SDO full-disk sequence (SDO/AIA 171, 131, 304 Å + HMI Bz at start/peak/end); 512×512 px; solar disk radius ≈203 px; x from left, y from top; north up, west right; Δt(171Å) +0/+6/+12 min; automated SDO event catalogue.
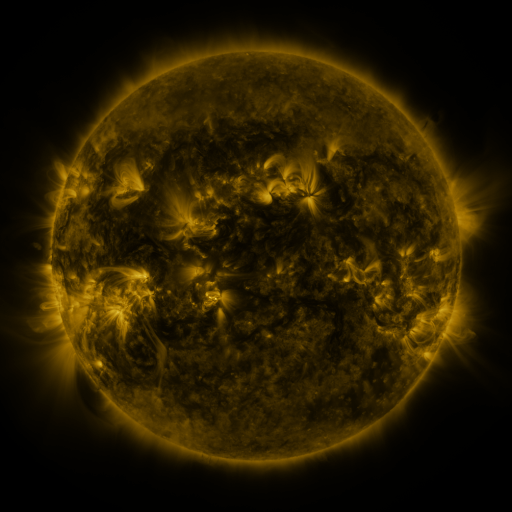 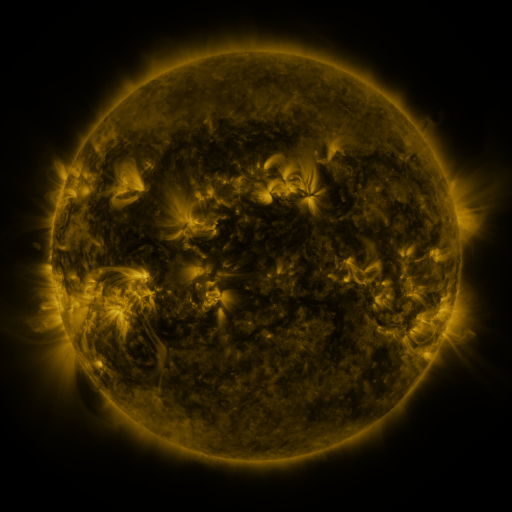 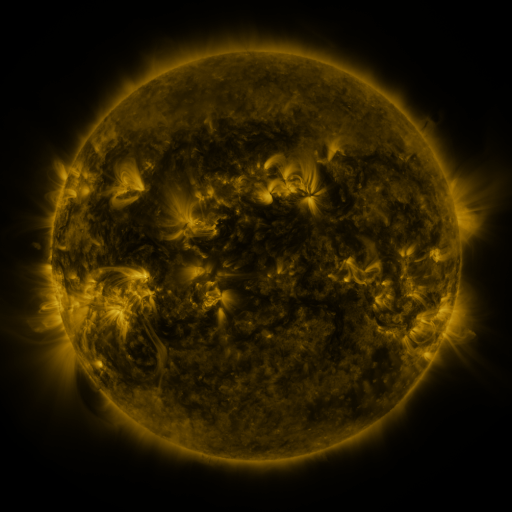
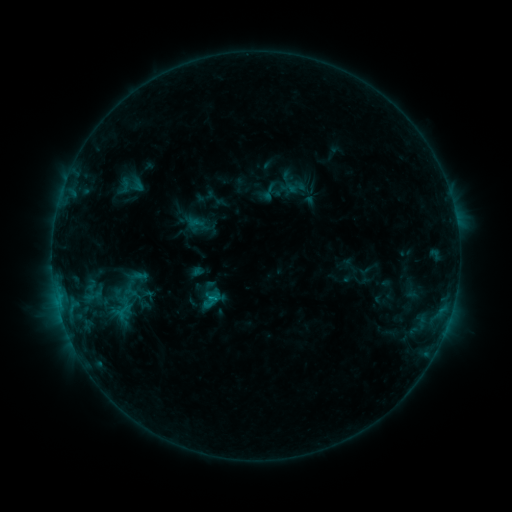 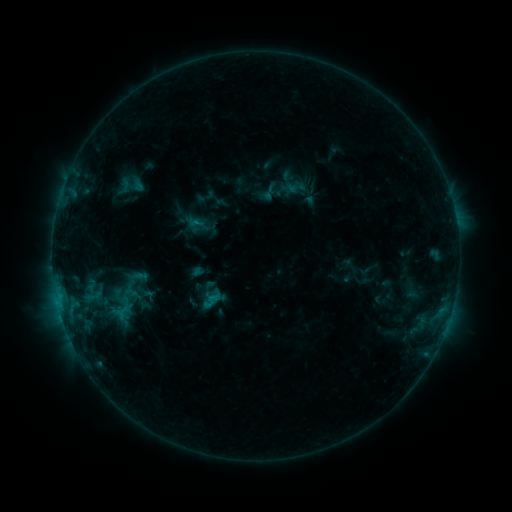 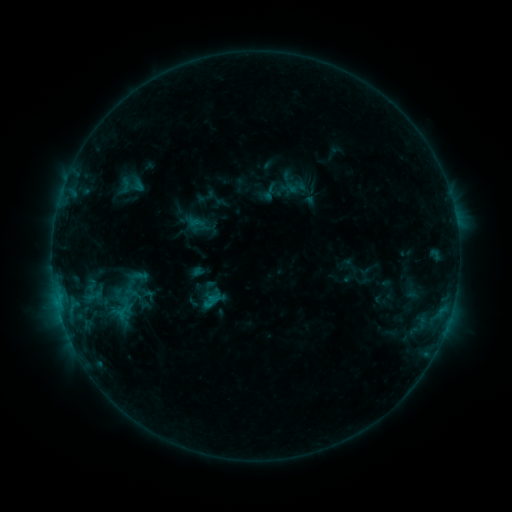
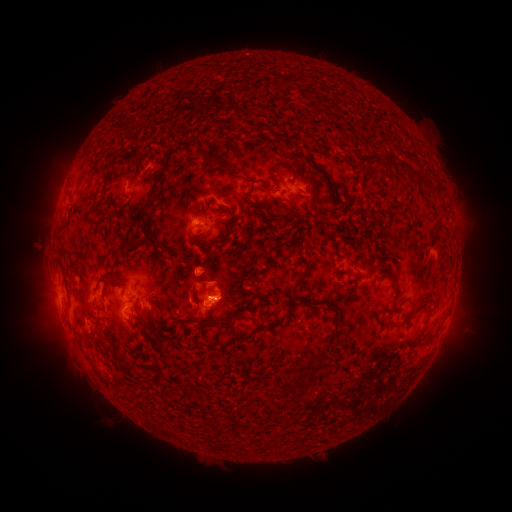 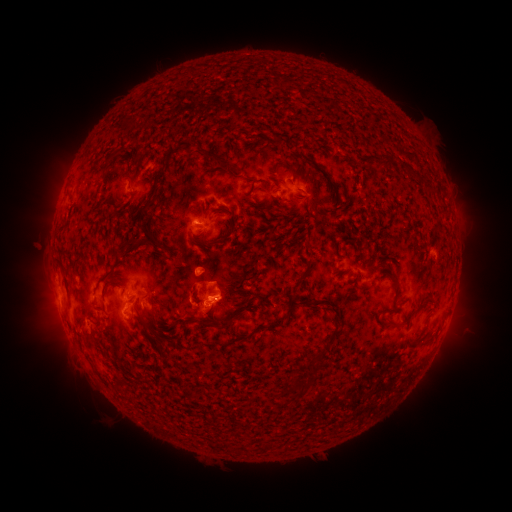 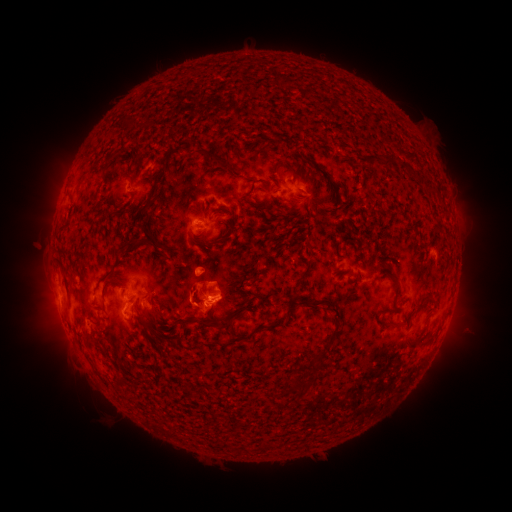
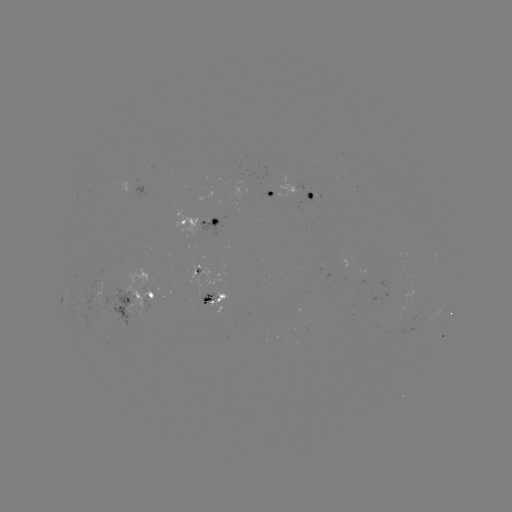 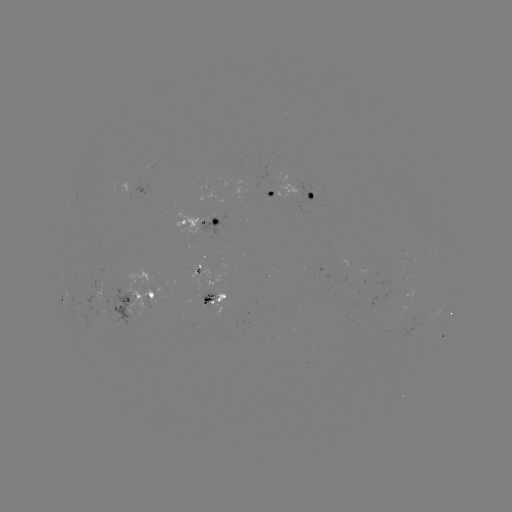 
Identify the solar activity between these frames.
no flare in any classed list; no EUV-trigger detection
